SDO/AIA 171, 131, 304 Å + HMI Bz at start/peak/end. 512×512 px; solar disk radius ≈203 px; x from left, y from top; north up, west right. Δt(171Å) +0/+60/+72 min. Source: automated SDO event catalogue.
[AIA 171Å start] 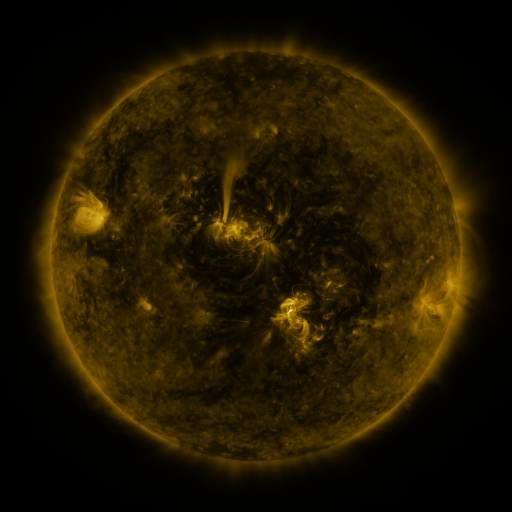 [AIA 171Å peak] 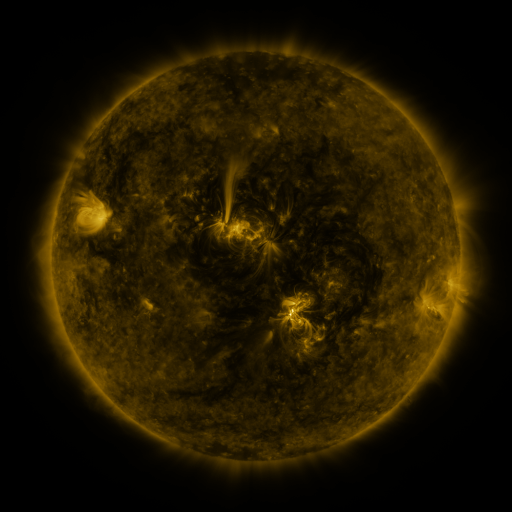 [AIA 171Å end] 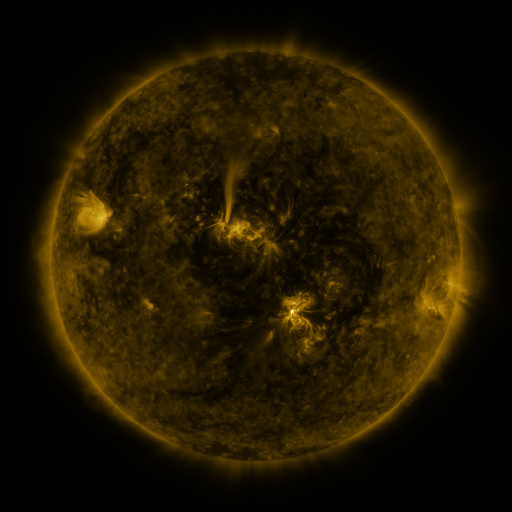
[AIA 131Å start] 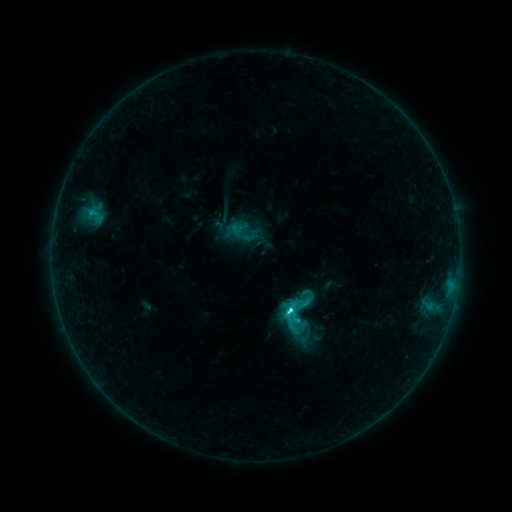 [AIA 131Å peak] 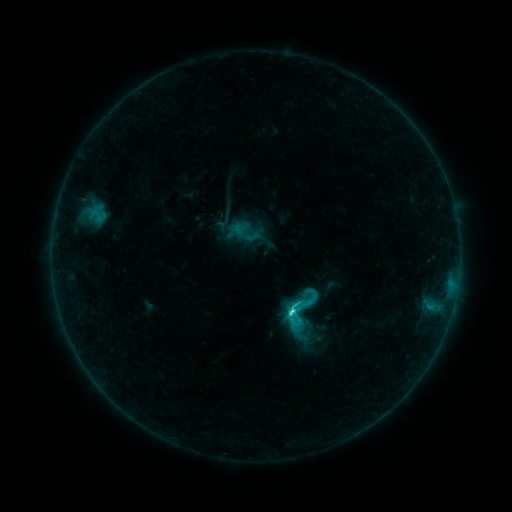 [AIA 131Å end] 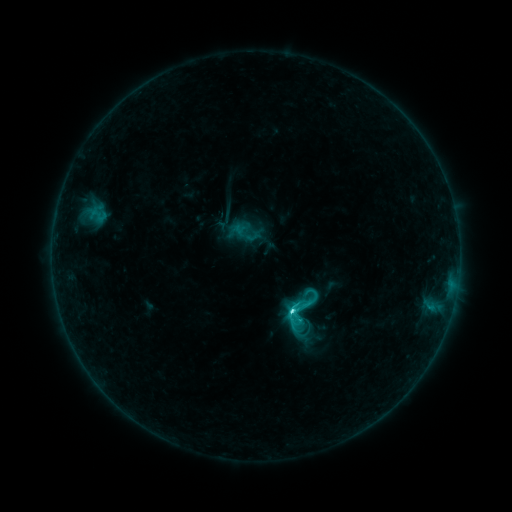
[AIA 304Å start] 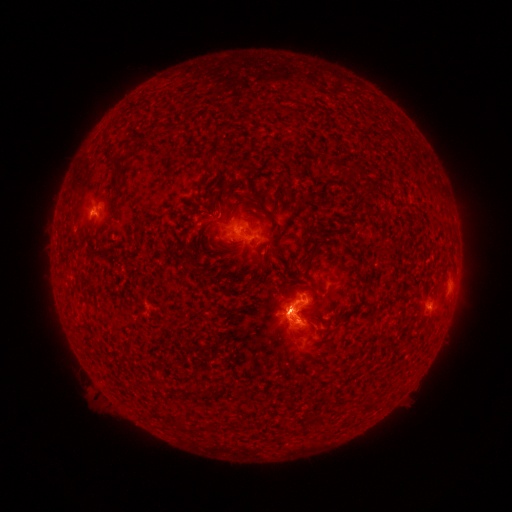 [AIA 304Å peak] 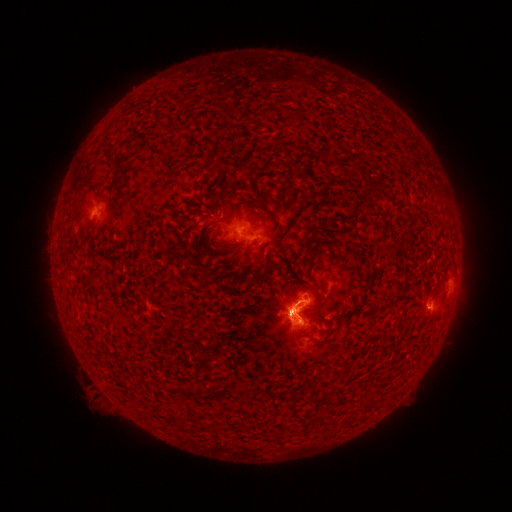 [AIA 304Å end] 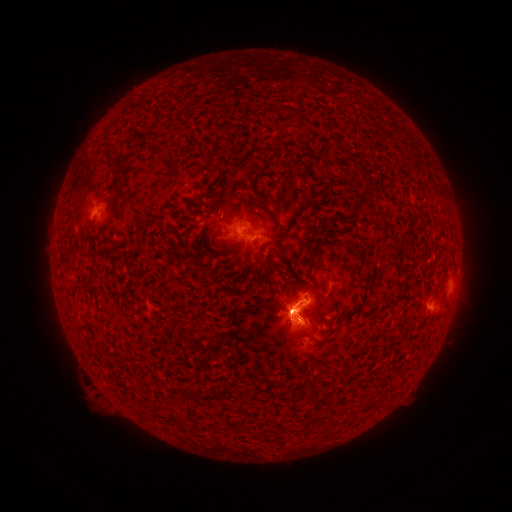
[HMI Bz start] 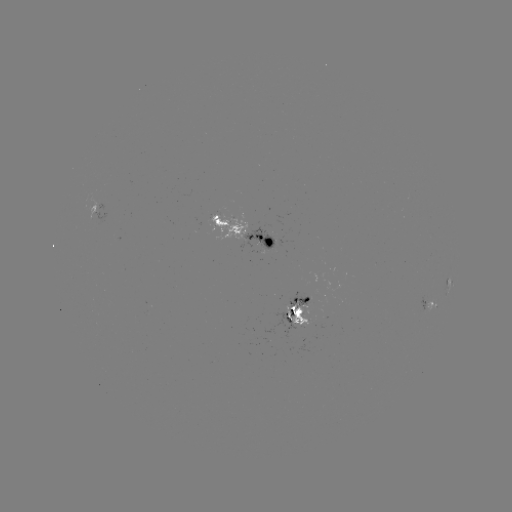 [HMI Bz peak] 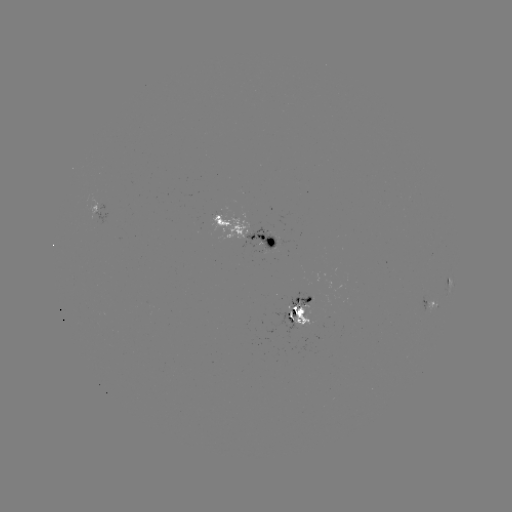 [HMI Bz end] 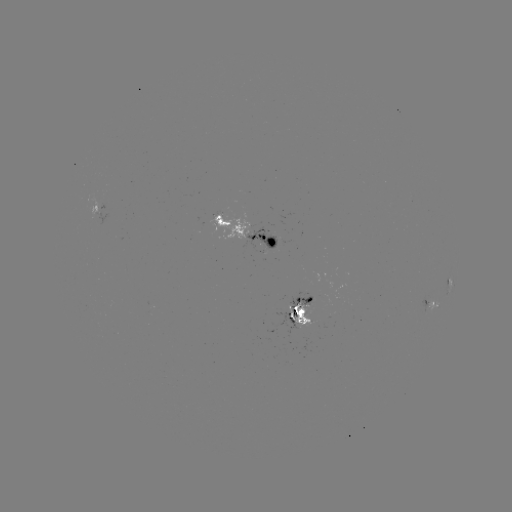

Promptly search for emerging-flux region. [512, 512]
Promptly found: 307,304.